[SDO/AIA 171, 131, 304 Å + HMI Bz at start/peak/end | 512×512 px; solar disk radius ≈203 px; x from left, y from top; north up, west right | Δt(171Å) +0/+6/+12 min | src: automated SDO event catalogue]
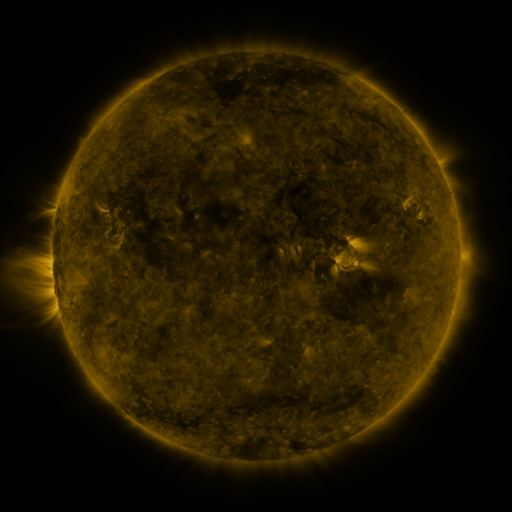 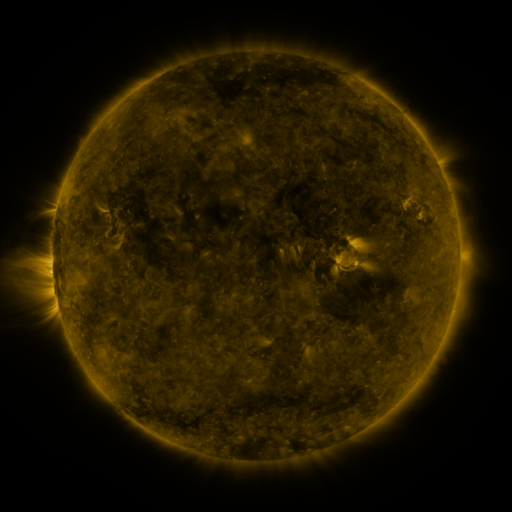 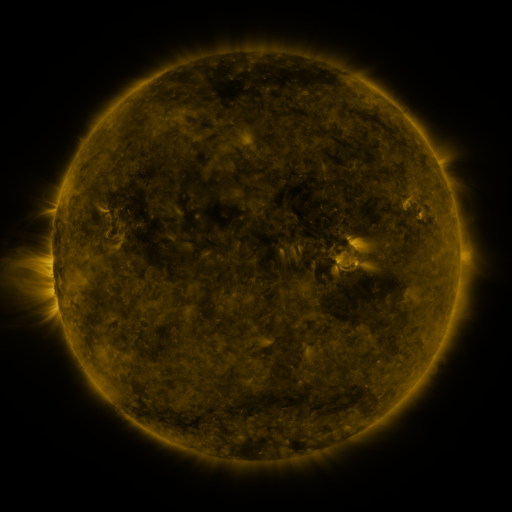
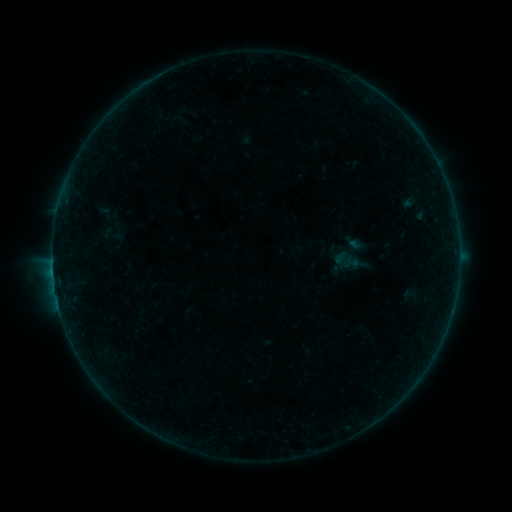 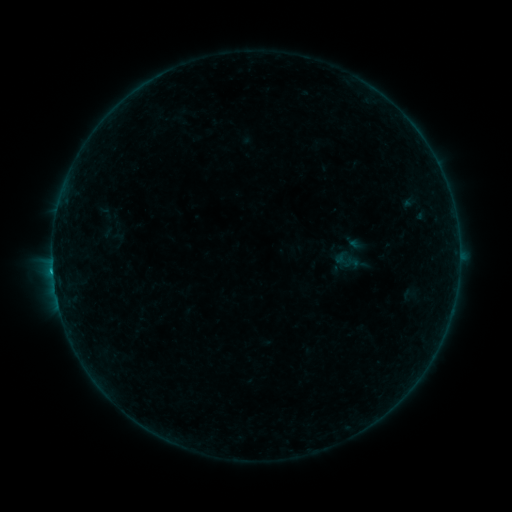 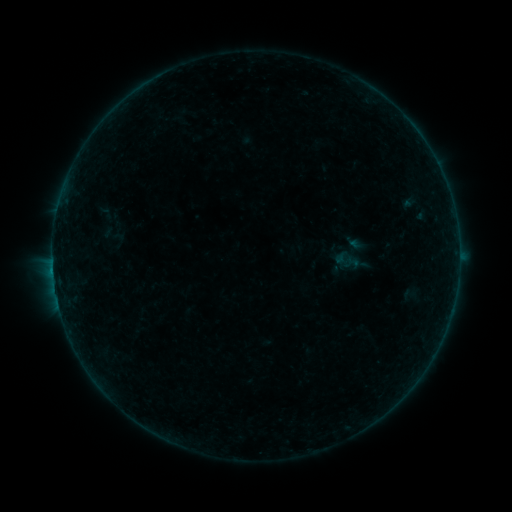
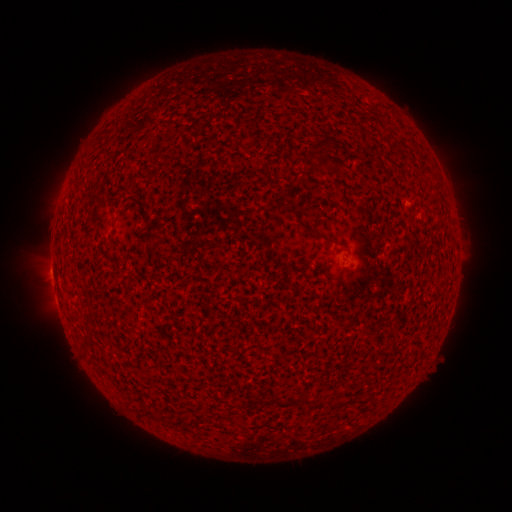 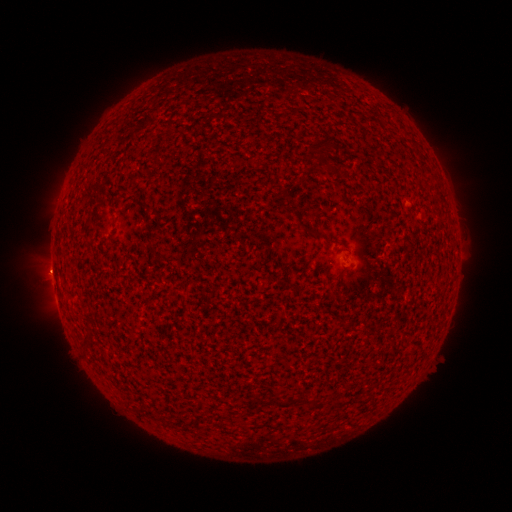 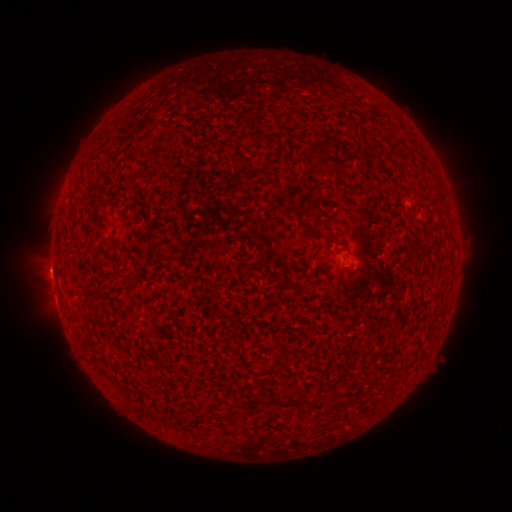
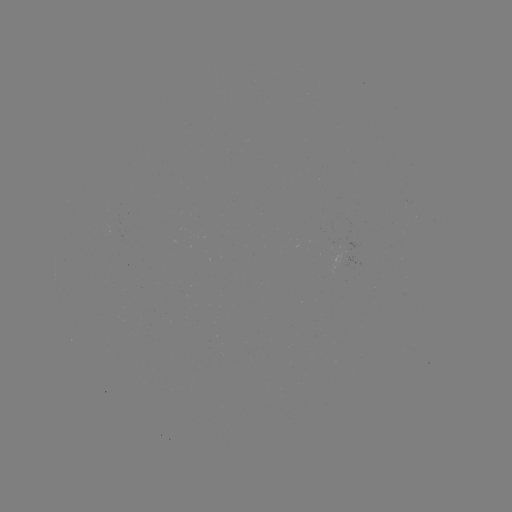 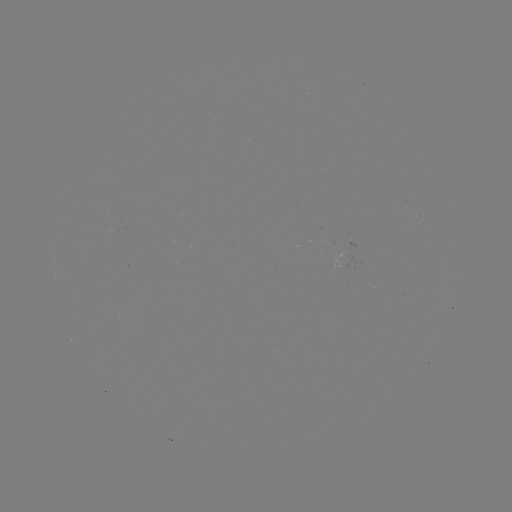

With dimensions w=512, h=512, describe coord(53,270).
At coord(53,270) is B4.5 flare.